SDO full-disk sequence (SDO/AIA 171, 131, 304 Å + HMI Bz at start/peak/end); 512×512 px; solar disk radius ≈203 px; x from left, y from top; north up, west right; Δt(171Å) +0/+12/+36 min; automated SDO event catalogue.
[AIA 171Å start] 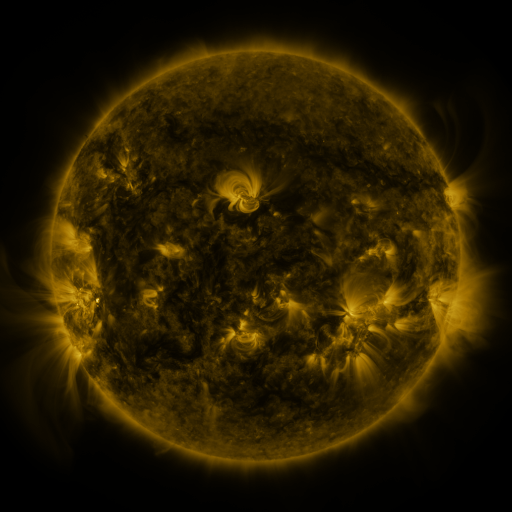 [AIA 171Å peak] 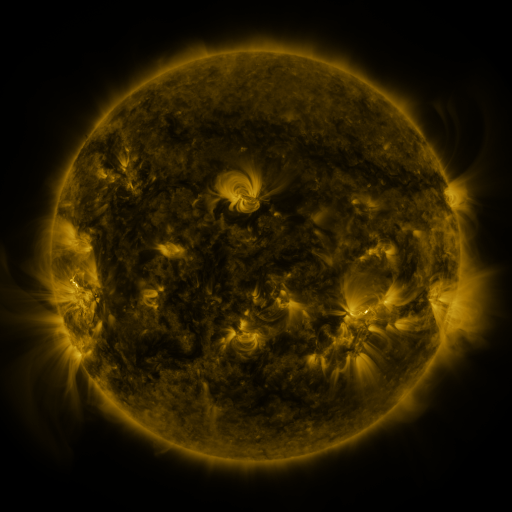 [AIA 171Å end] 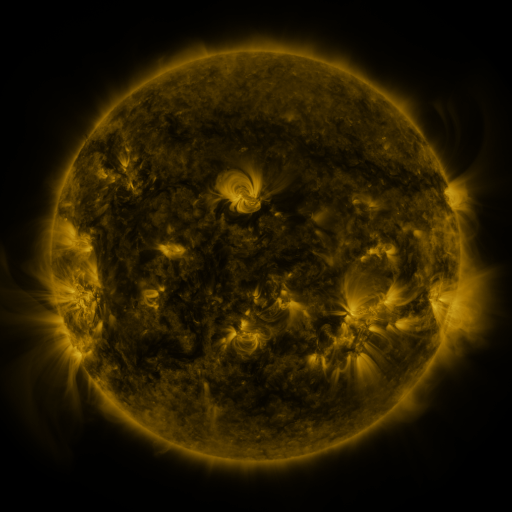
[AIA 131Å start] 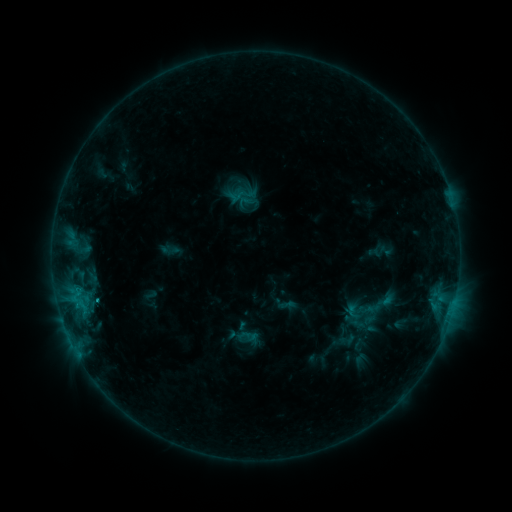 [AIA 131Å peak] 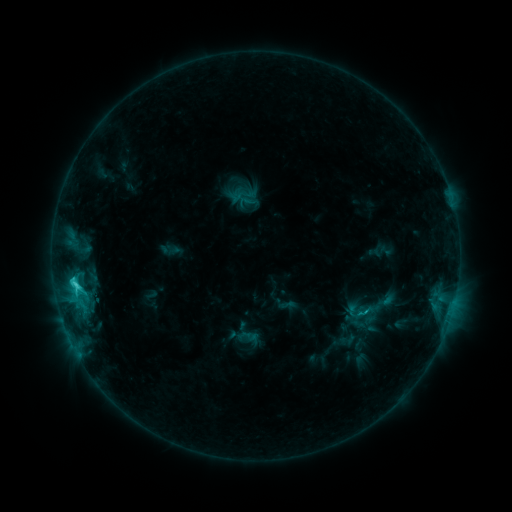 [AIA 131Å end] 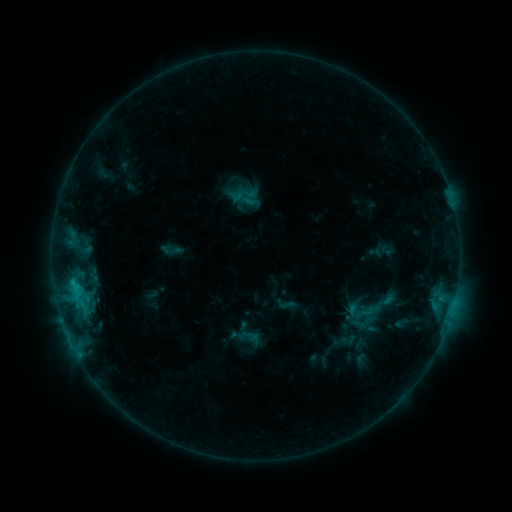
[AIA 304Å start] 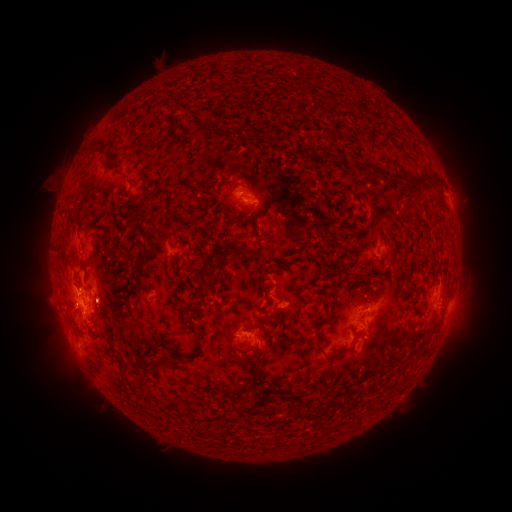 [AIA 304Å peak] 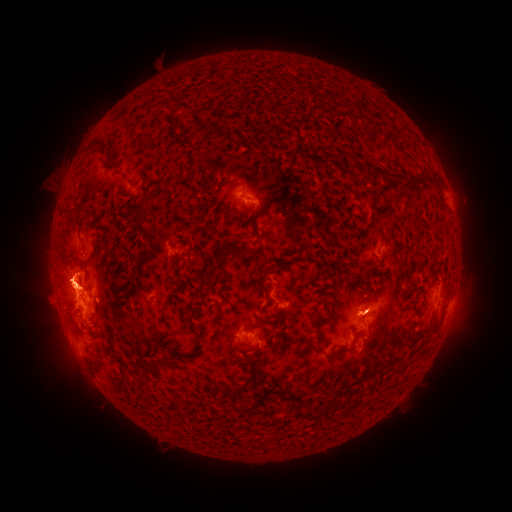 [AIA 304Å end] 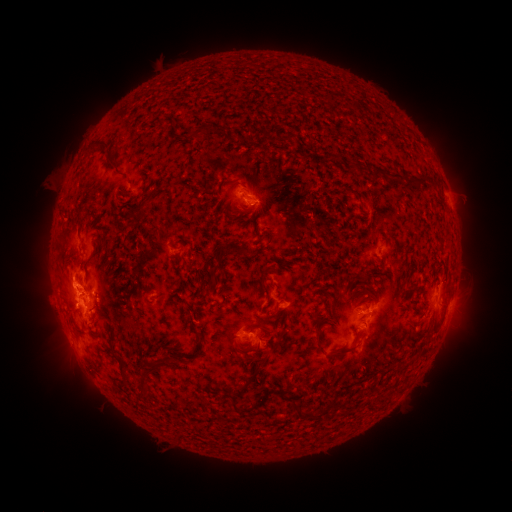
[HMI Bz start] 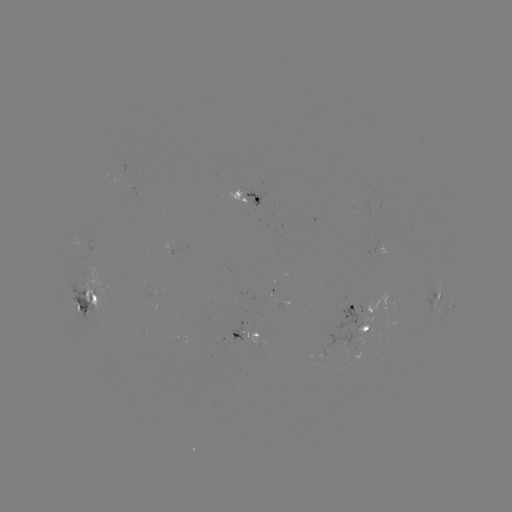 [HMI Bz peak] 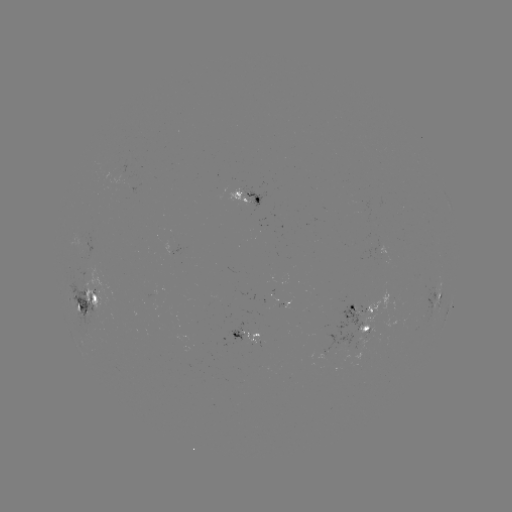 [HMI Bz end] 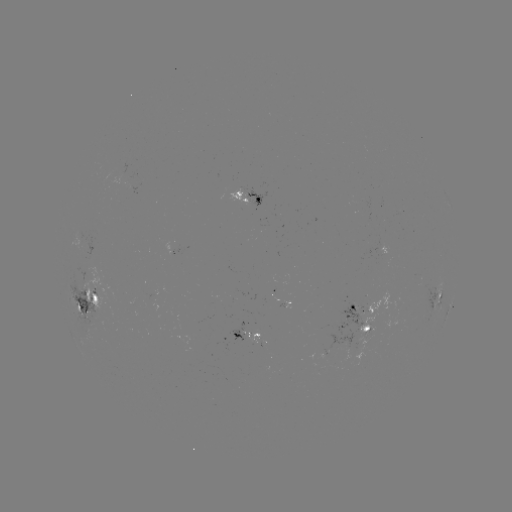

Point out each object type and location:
C2.6 flare: (77, 283)
